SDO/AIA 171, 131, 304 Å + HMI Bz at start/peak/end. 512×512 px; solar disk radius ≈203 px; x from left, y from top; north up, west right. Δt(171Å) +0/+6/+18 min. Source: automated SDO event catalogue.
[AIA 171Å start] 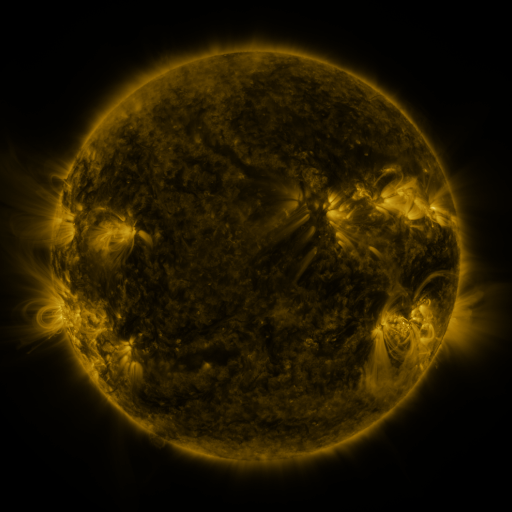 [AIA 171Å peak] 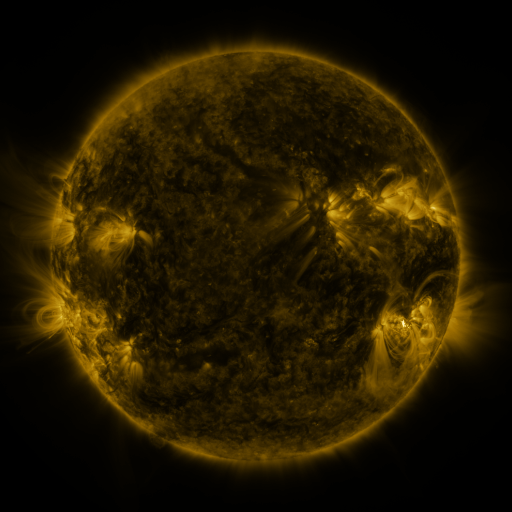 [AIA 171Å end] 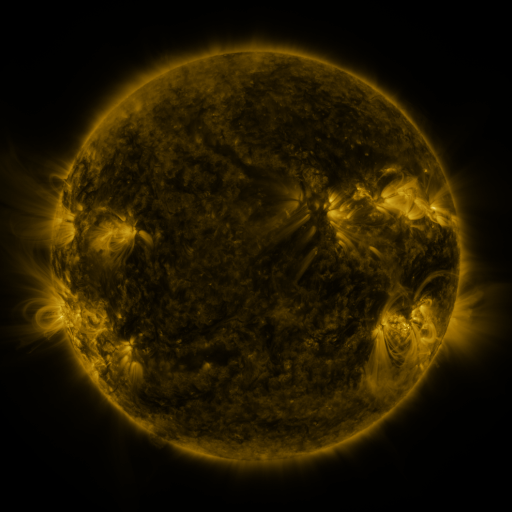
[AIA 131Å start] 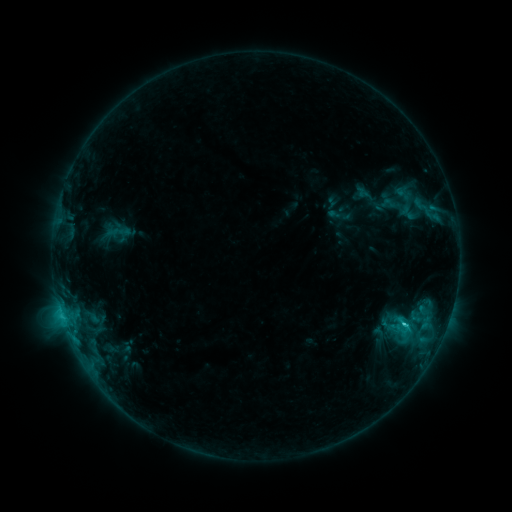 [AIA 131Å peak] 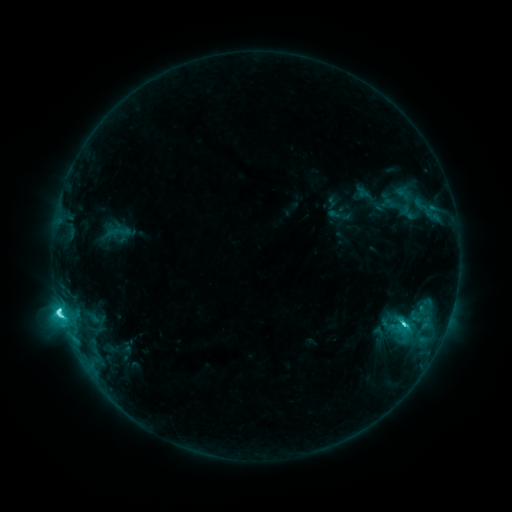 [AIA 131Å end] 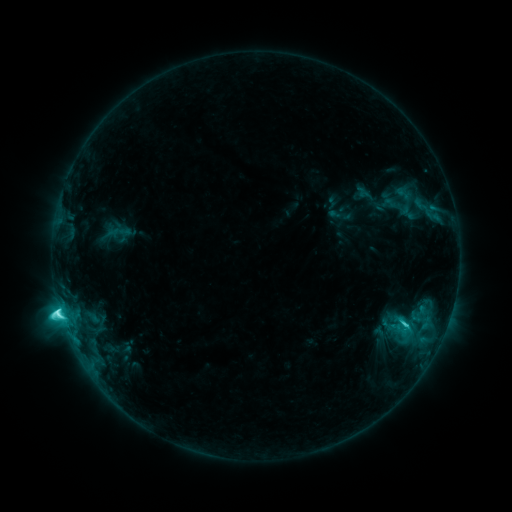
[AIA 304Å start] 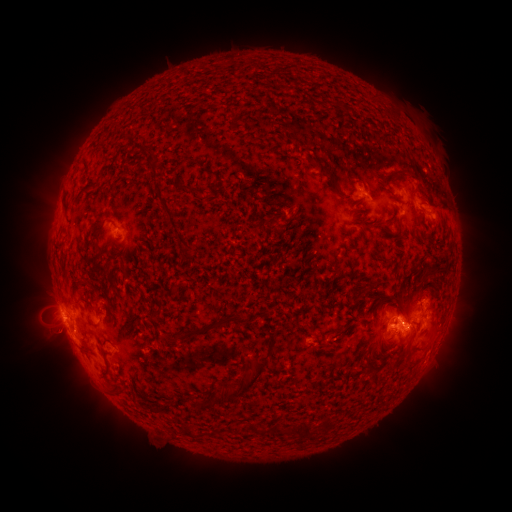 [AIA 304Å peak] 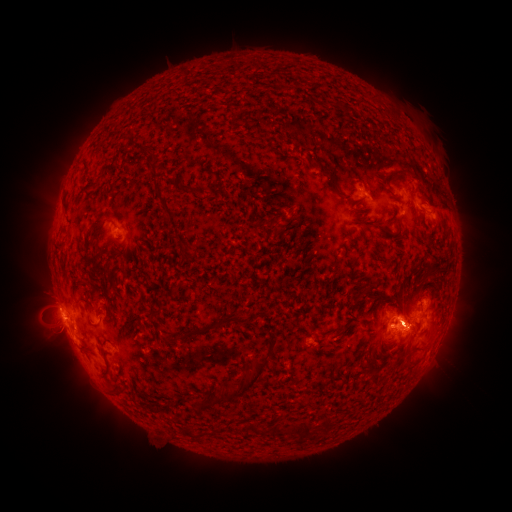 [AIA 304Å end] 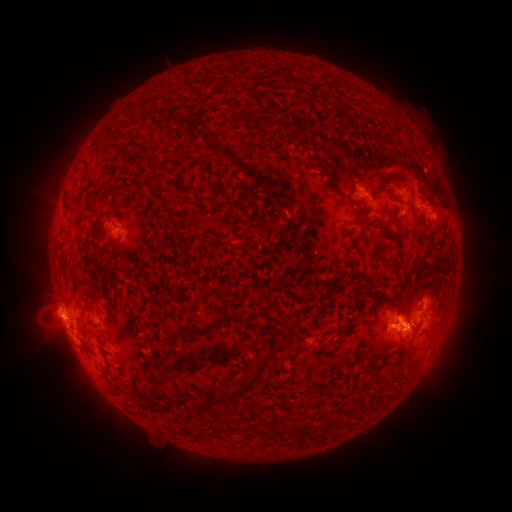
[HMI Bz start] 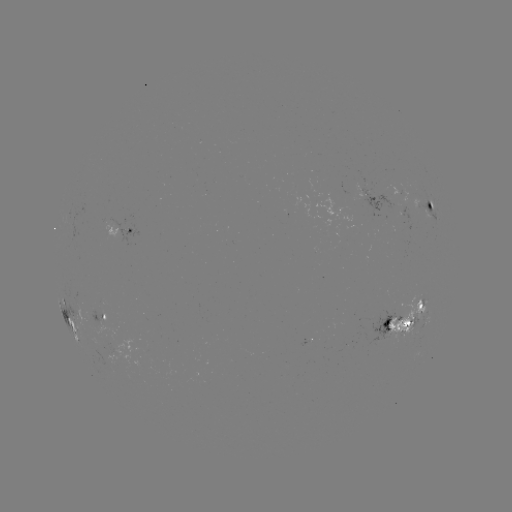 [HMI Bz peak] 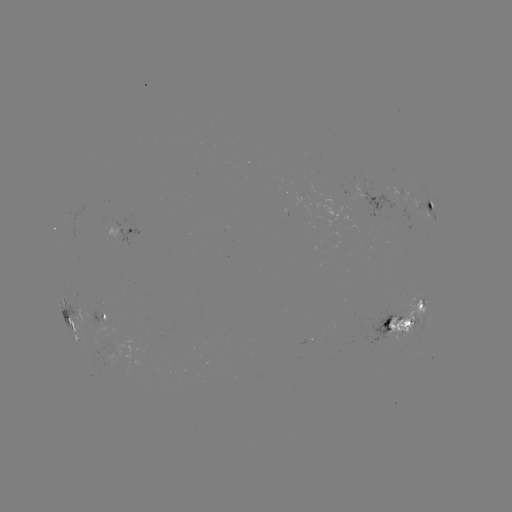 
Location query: M1.3 flare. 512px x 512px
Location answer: [59, 308].